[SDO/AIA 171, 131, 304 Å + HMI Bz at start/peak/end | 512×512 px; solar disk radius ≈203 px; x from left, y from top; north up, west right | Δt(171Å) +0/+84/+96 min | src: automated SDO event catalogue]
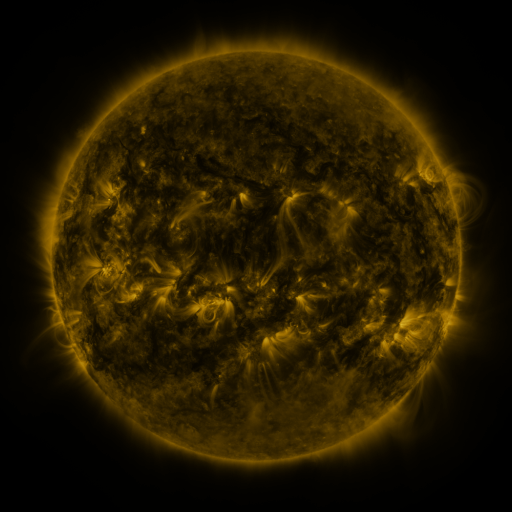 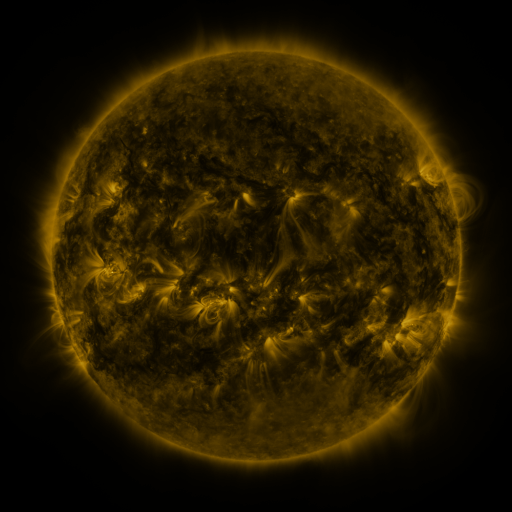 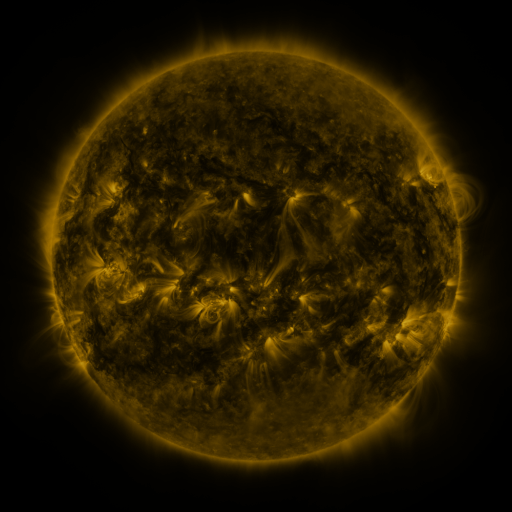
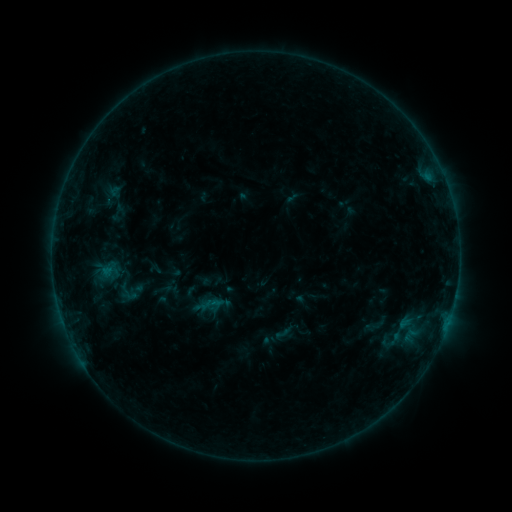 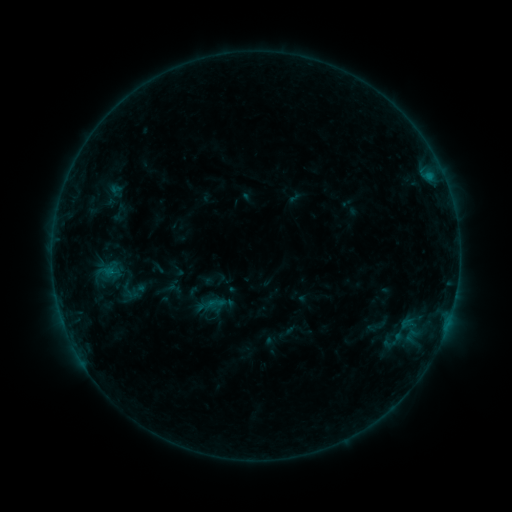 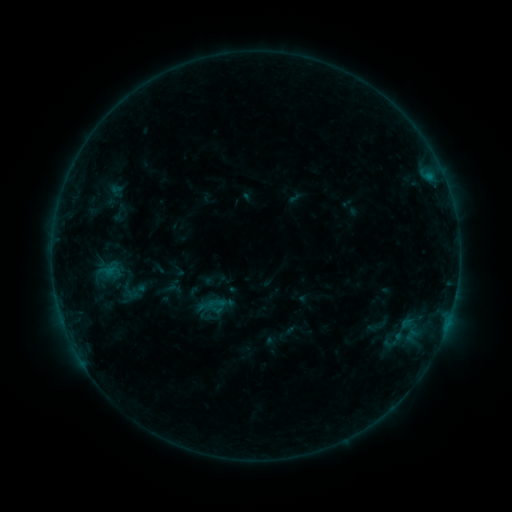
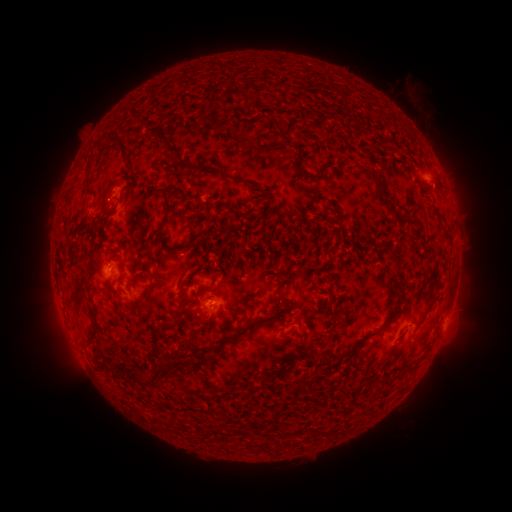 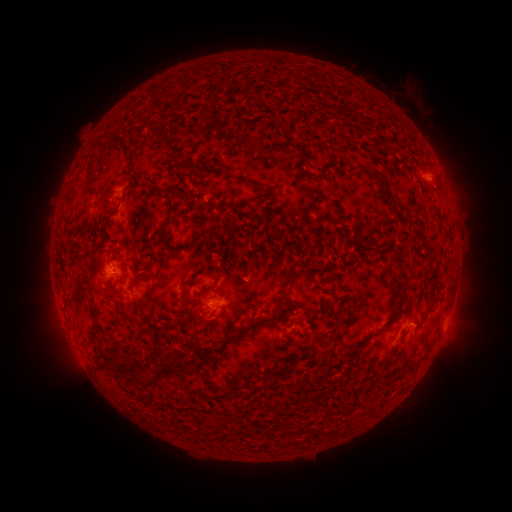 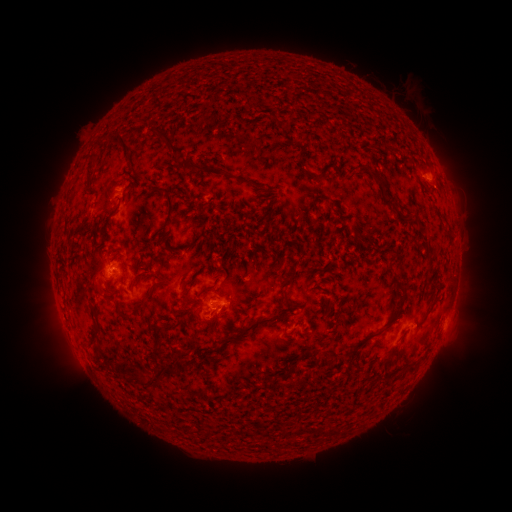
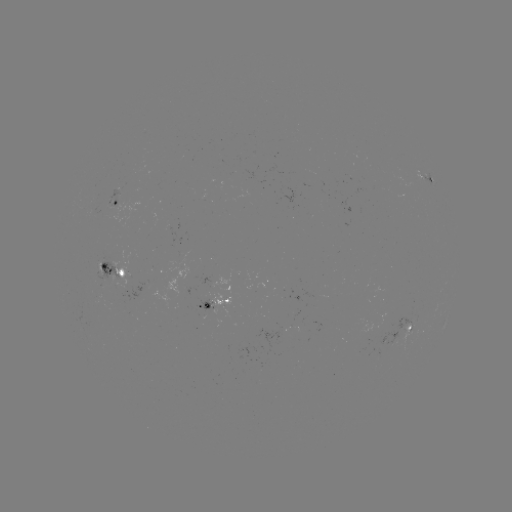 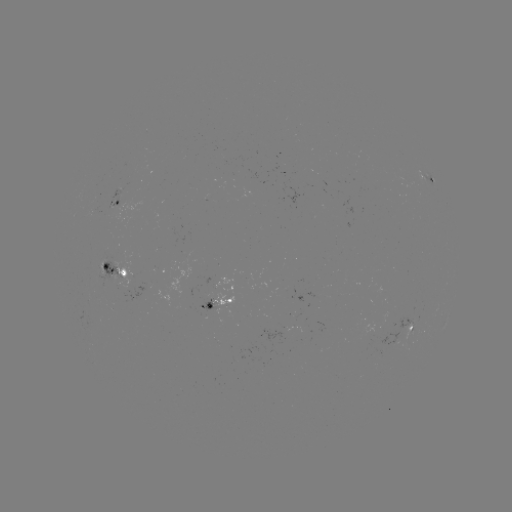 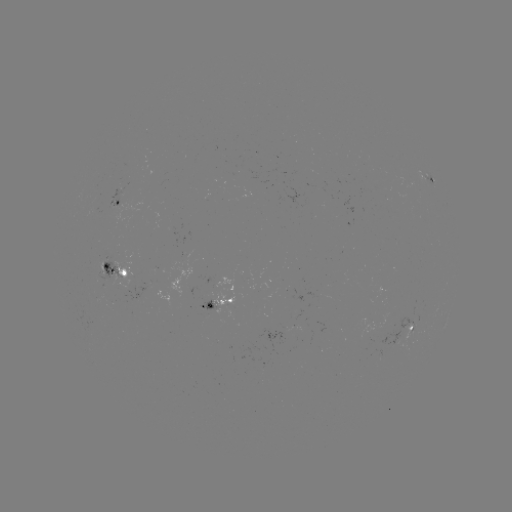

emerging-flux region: <bbox>197, 295, 217, 310</bbox>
